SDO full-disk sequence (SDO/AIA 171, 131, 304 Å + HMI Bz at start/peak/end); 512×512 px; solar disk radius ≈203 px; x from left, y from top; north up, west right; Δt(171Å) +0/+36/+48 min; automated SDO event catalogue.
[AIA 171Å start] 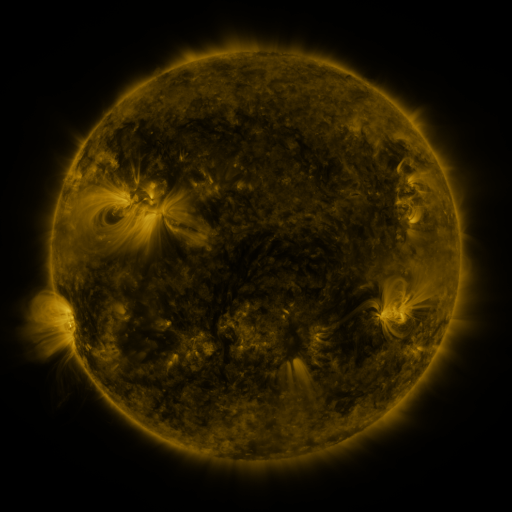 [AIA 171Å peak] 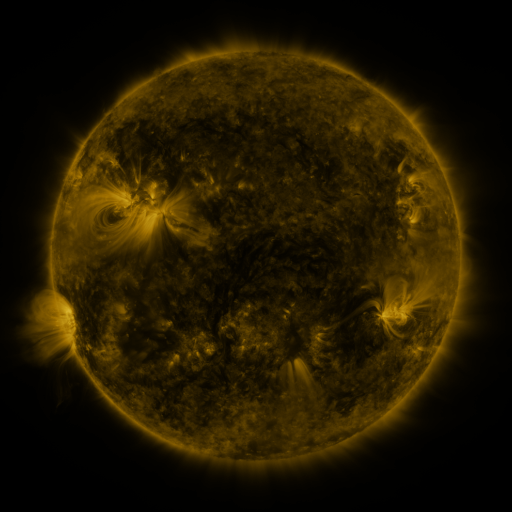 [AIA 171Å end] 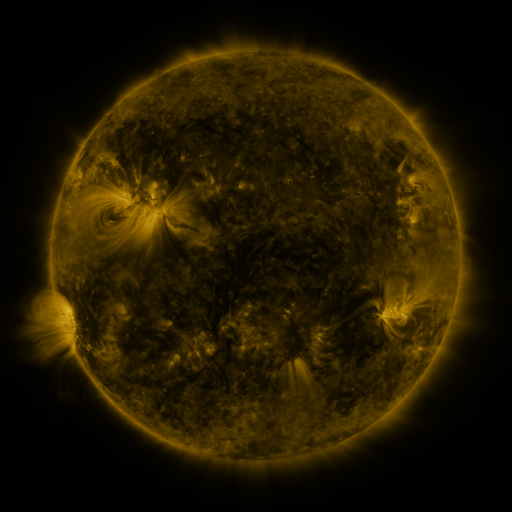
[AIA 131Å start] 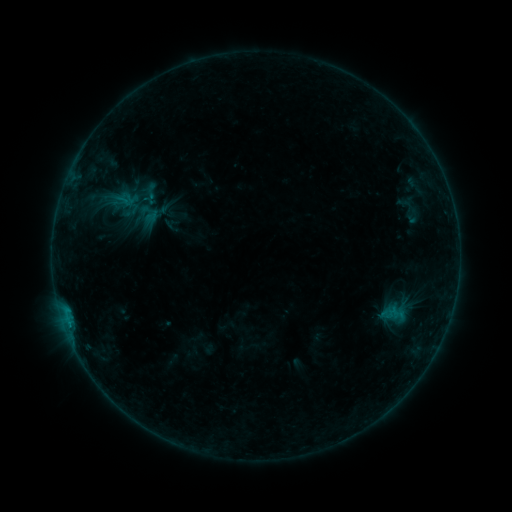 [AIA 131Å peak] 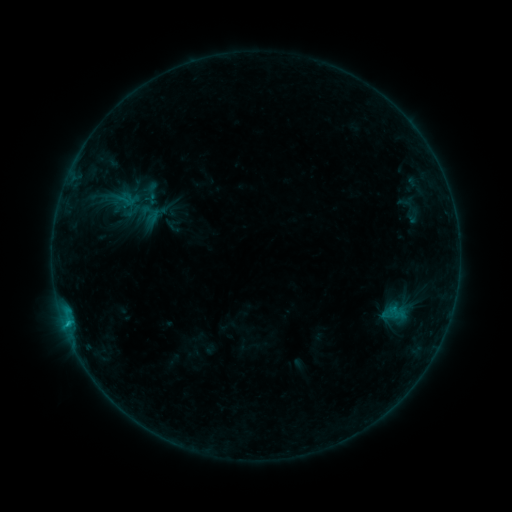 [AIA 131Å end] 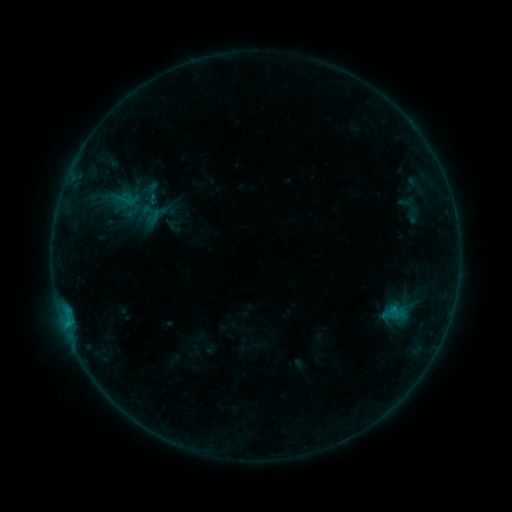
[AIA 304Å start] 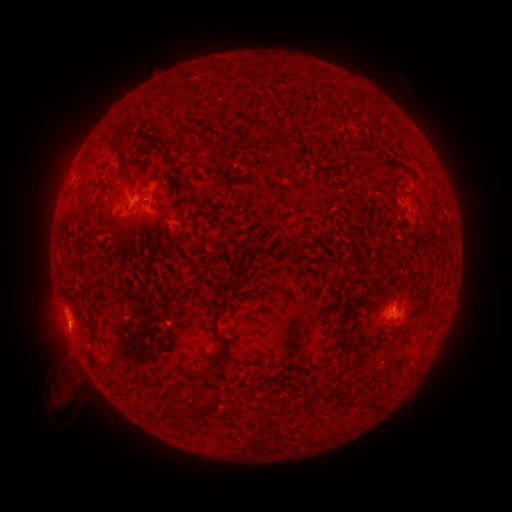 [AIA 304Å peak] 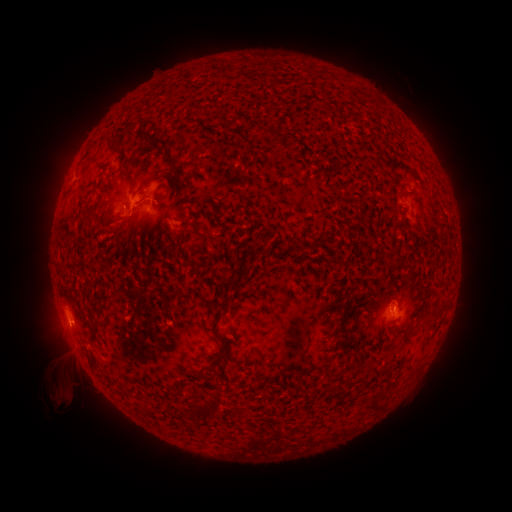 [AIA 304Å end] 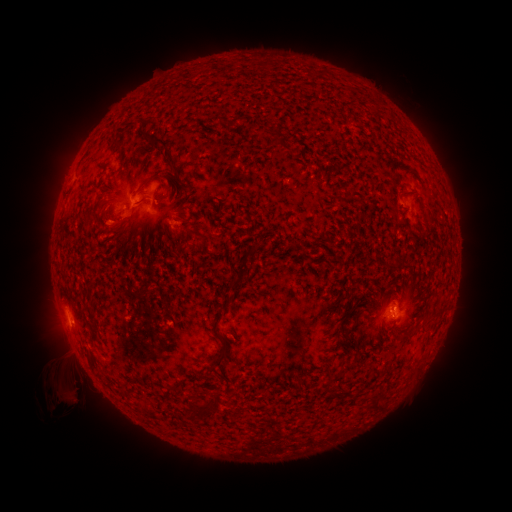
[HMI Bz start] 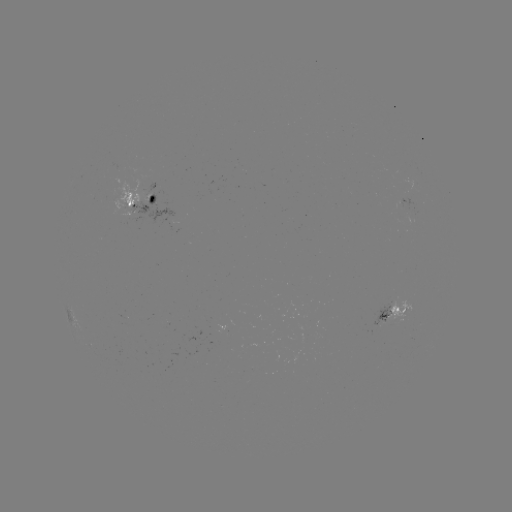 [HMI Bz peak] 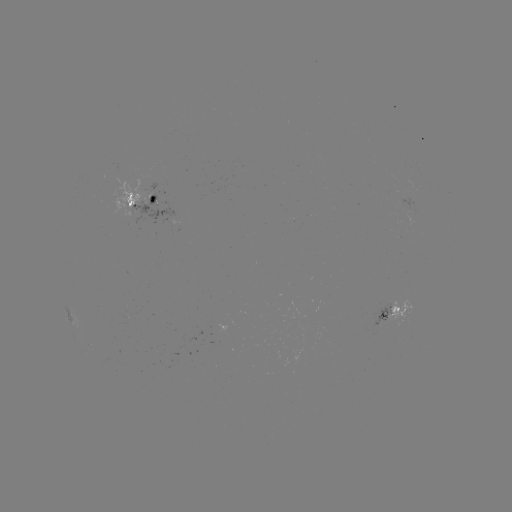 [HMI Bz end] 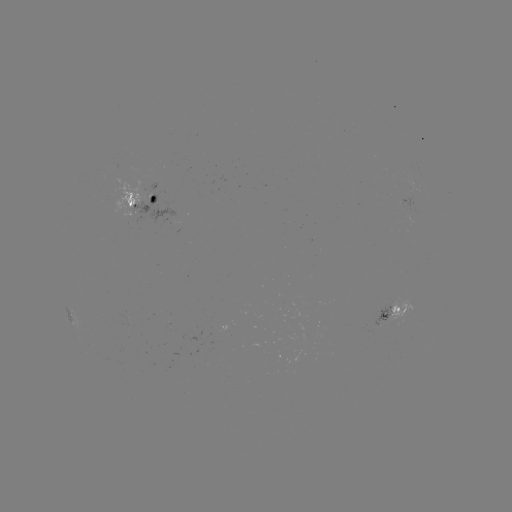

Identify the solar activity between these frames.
B6.9 flare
